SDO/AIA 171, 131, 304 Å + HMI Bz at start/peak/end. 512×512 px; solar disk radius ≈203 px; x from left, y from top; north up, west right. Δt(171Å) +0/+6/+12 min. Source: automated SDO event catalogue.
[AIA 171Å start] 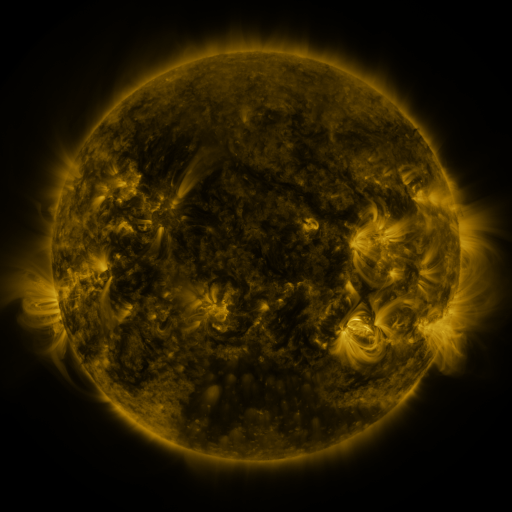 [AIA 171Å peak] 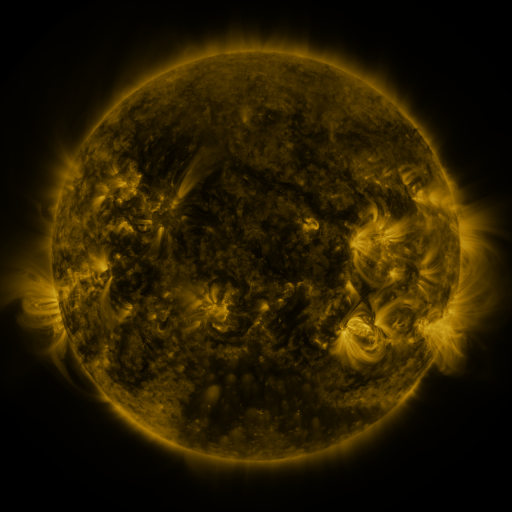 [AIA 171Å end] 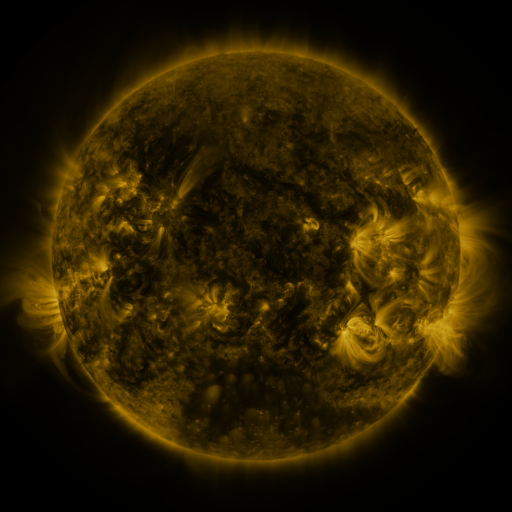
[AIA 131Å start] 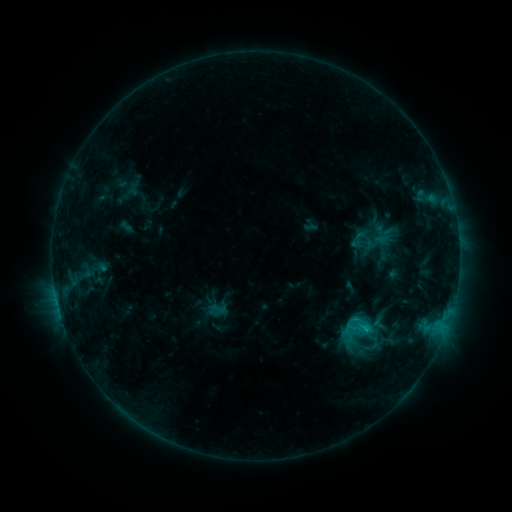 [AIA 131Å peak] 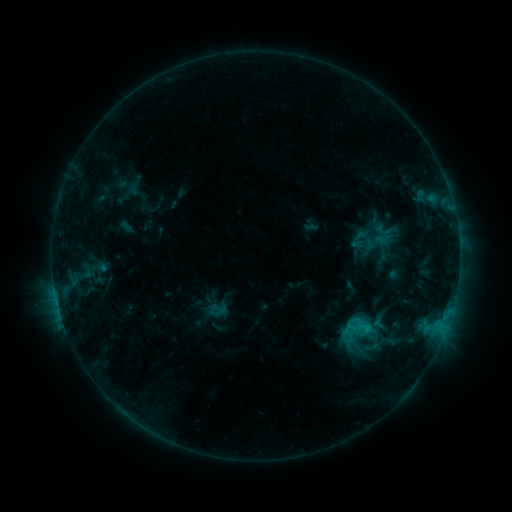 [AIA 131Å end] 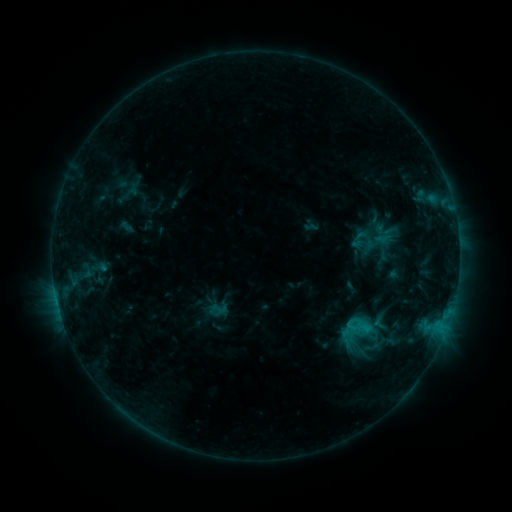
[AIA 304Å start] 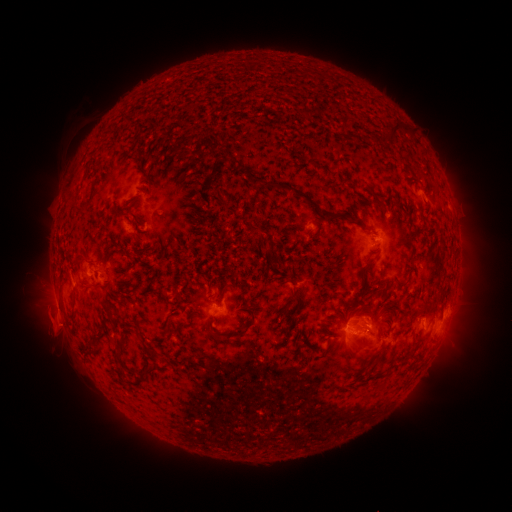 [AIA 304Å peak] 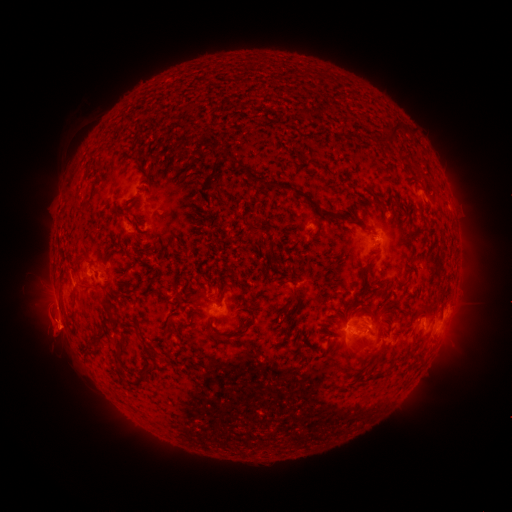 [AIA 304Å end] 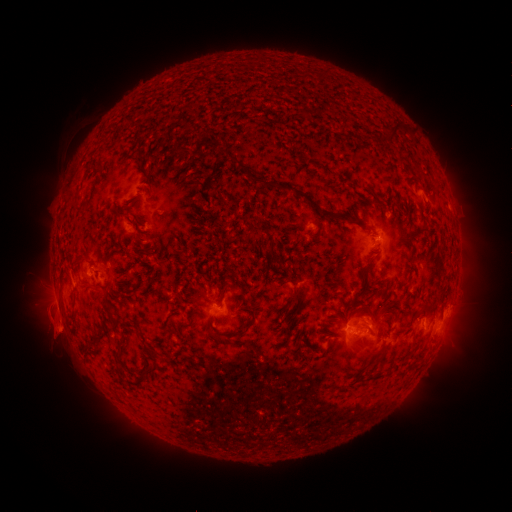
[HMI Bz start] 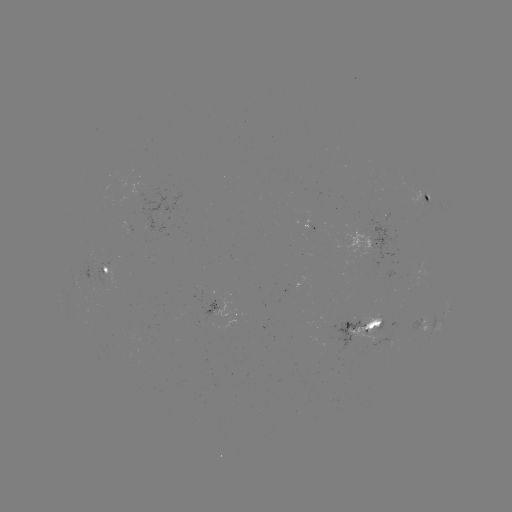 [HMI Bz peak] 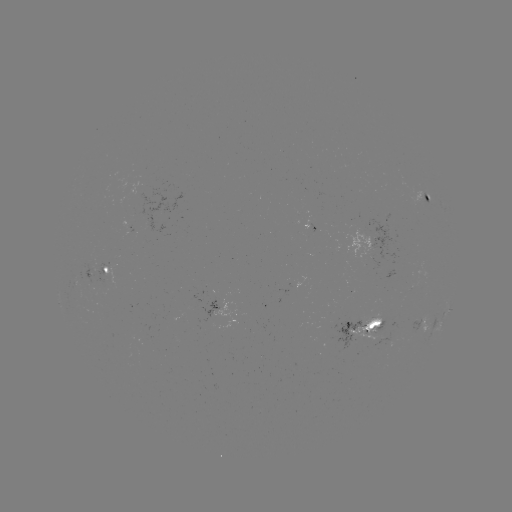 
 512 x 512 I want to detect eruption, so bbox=[37, 304, 82, 350].